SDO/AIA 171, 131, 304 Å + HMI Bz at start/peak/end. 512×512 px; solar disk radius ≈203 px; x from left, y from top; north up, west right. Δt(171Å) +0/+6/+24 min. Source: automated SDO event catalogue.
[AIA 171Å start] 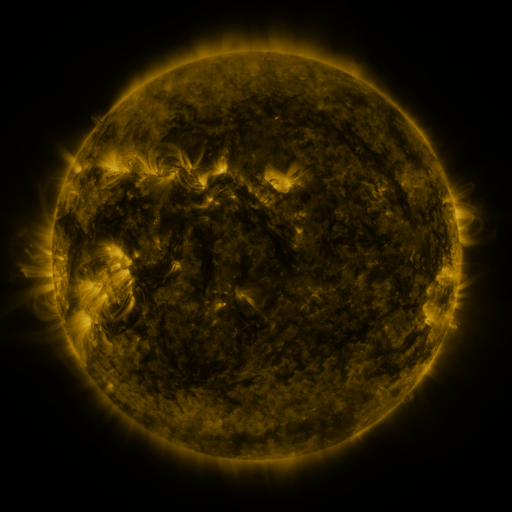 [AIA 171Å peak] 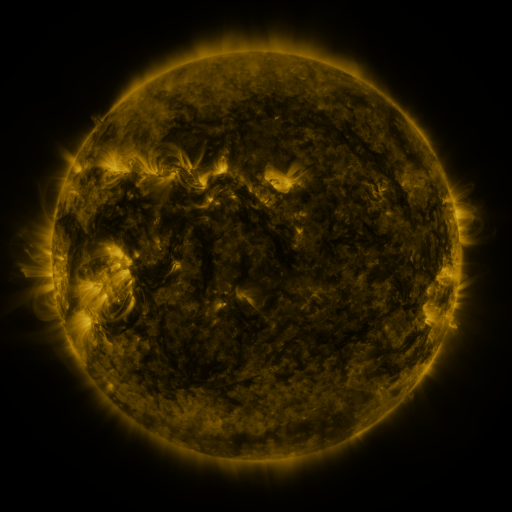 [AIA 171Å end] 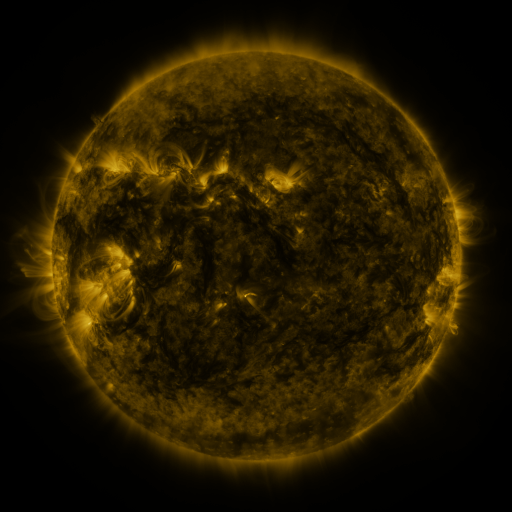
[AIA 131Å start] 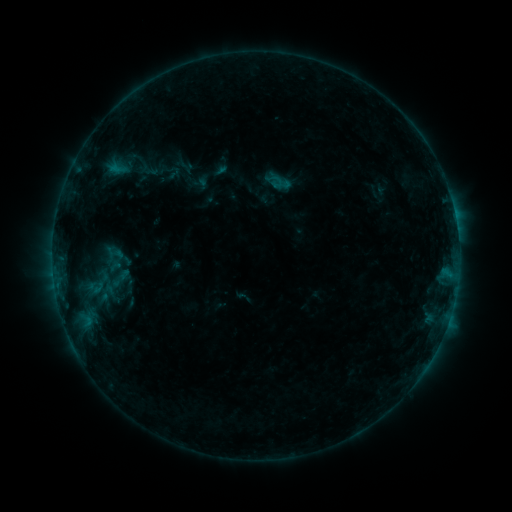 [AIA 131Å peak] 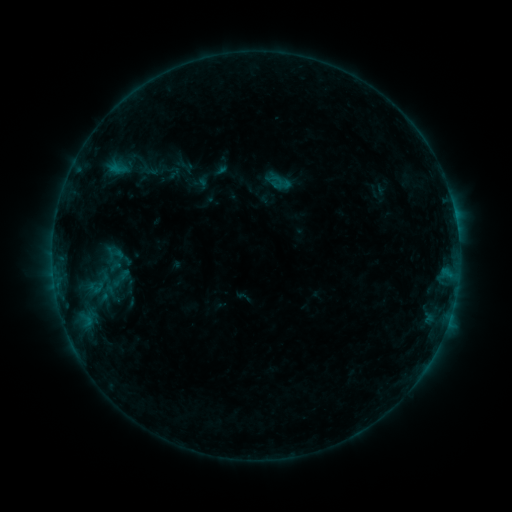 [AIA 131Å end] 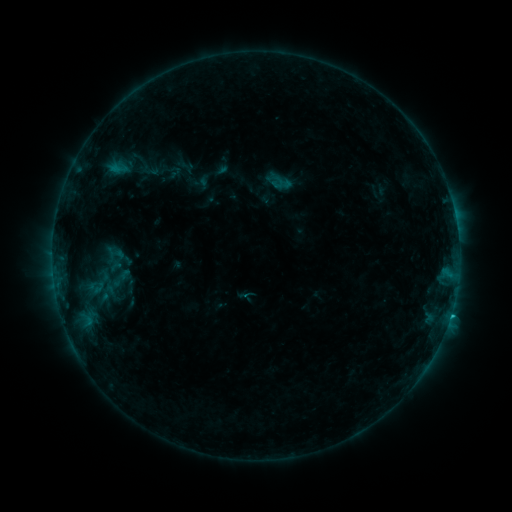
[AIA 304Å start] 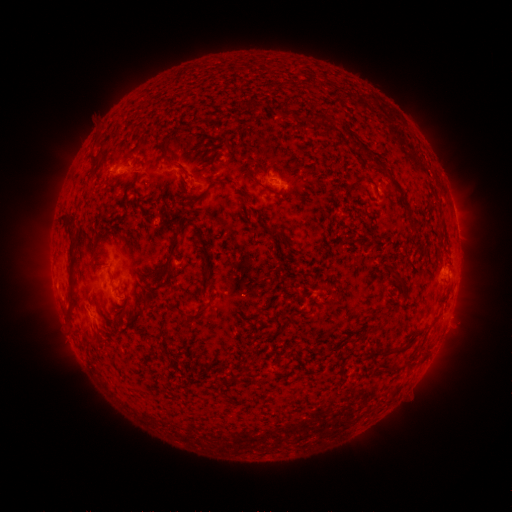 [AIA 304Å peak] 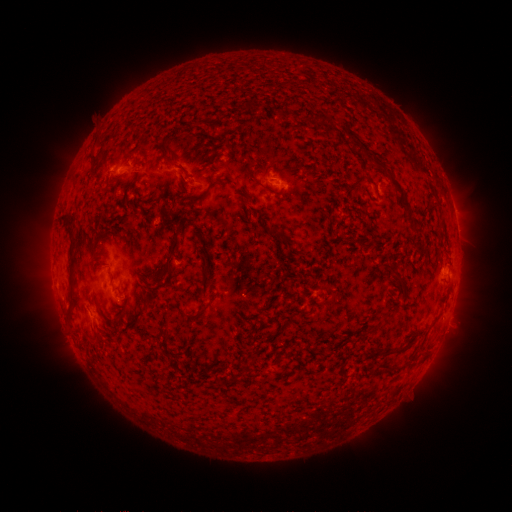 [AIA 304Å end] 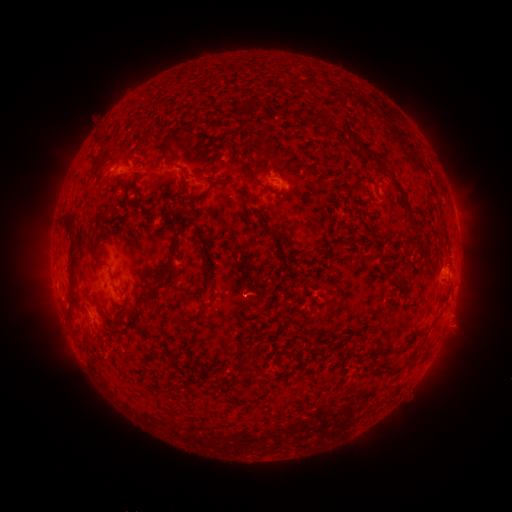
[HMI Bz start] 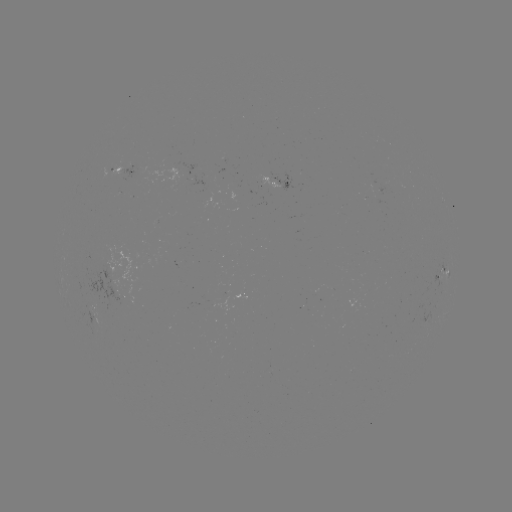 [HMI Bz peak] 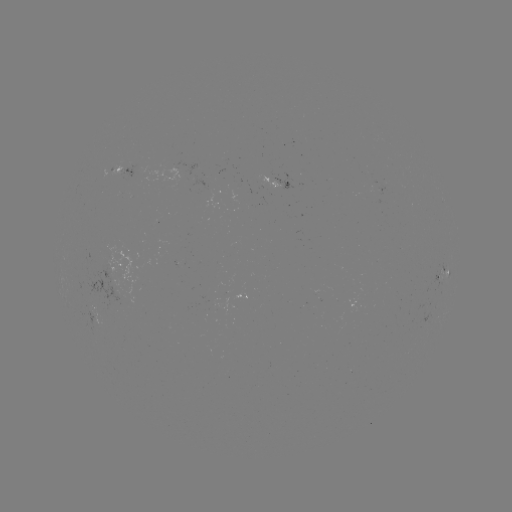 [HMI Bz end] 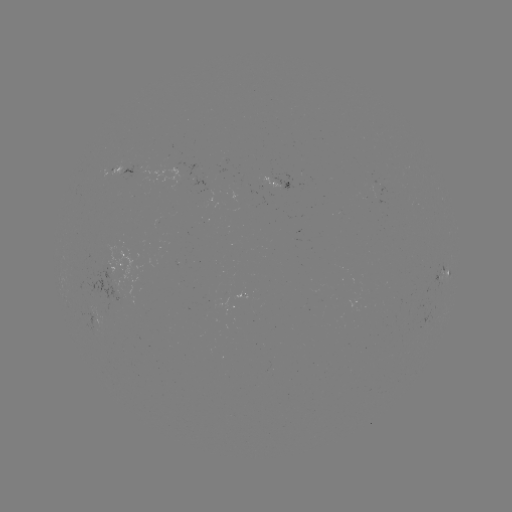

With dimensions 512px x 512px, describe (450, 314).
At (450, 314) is C1.0 flare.